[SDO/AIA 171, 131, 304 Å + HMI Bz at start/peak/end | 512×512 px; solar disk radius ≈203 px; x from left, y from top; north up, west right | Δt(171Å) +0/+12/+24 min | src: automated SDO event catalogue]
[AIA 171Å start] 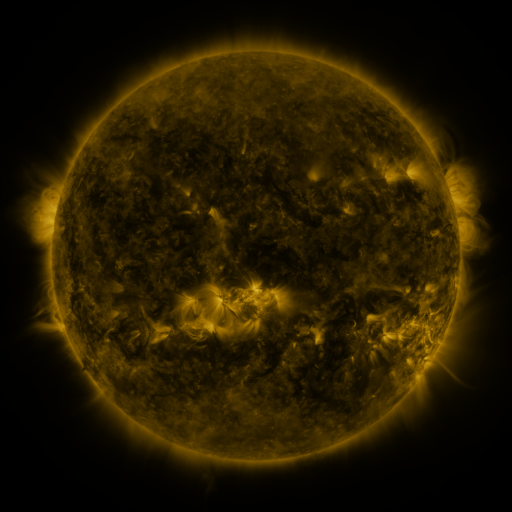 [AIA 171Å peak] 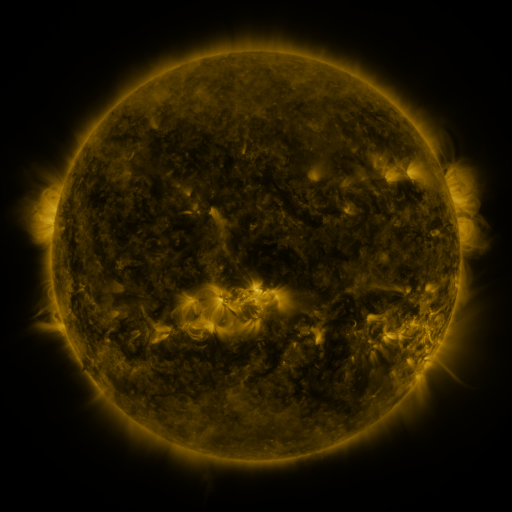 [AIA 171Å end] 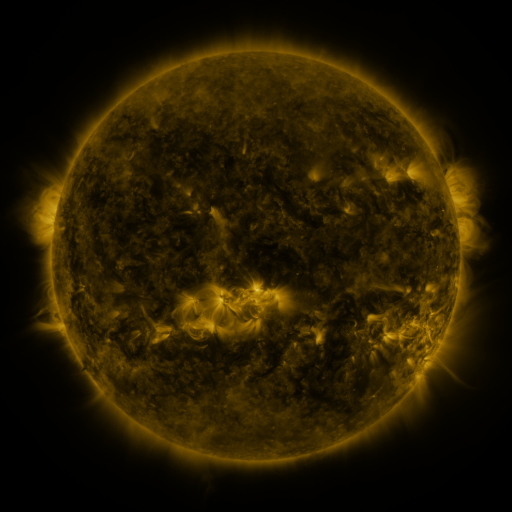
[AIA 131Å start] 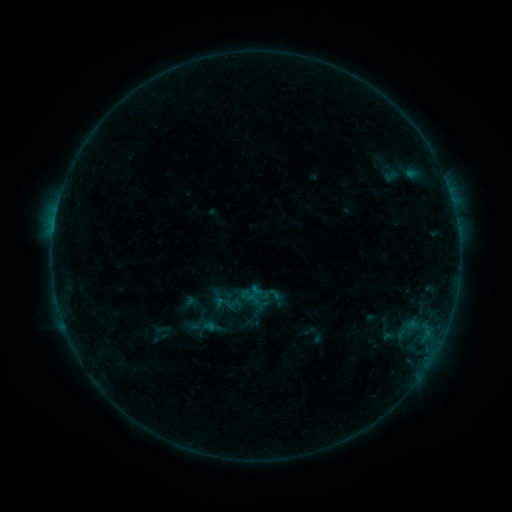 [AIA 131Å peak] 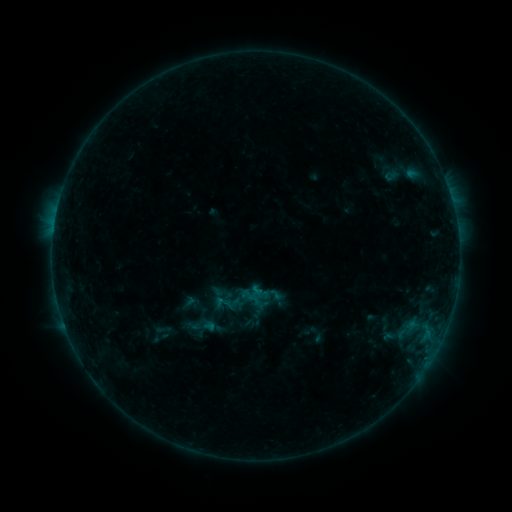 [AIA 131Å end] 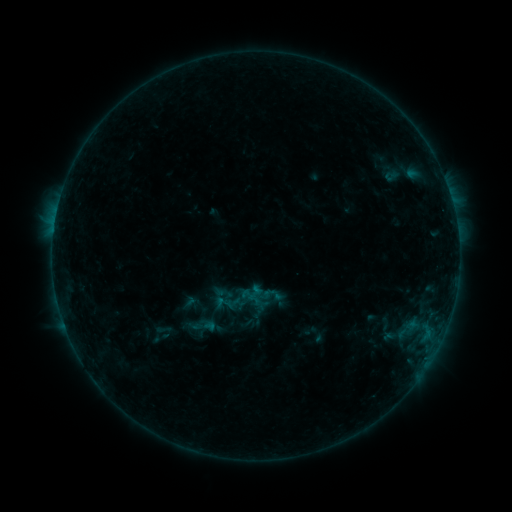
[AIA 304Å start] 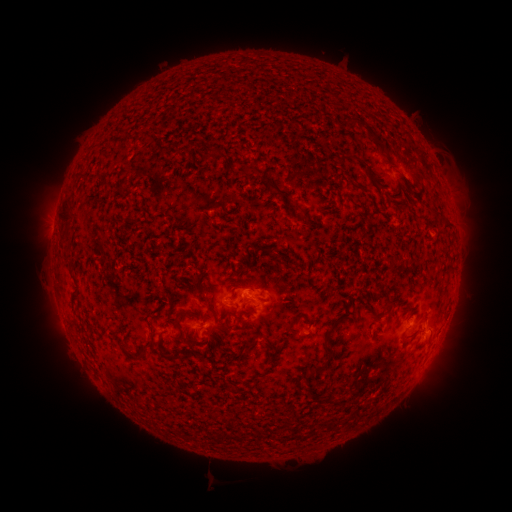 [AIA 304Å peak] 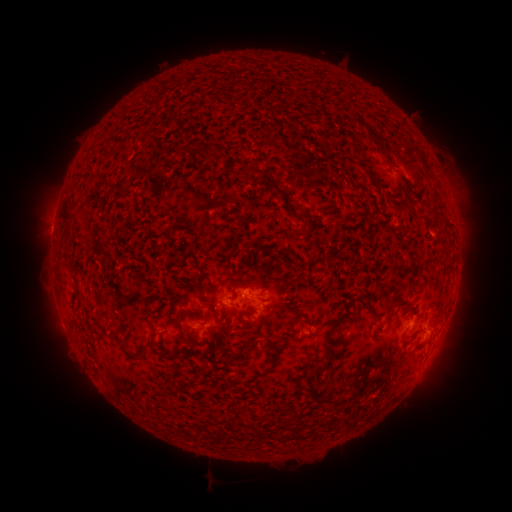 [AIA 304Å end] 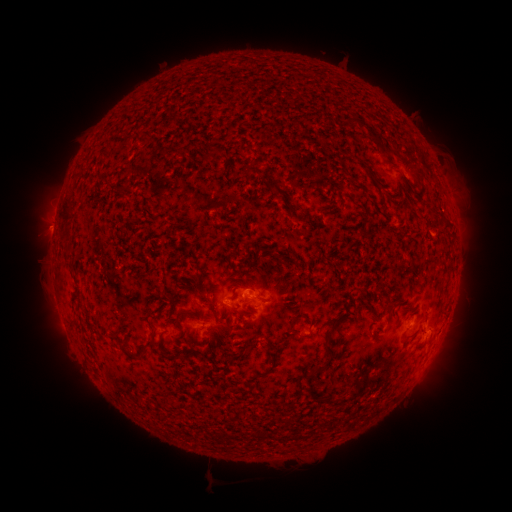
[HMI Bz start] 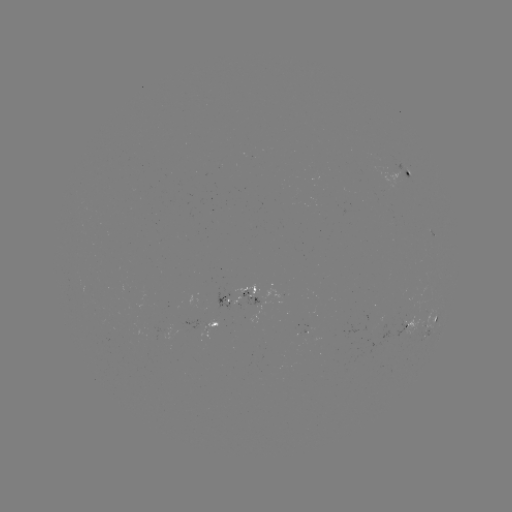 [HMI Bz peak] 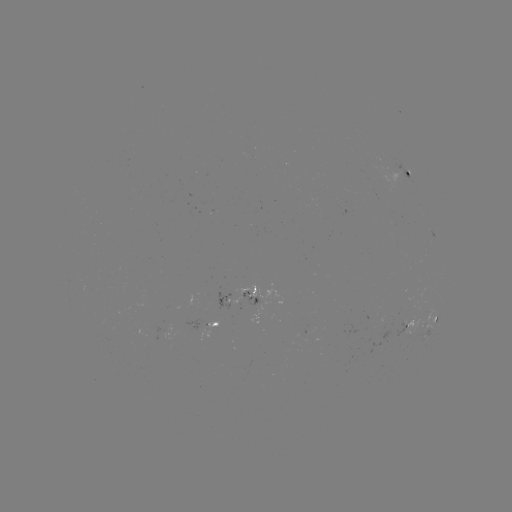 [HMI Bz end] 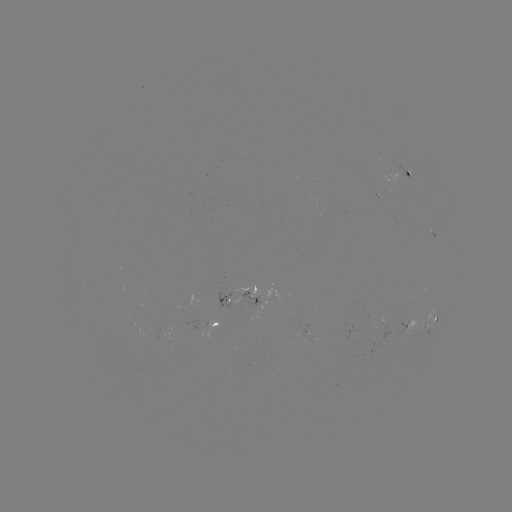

no flare in any classed list; no EUV-trigger detection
